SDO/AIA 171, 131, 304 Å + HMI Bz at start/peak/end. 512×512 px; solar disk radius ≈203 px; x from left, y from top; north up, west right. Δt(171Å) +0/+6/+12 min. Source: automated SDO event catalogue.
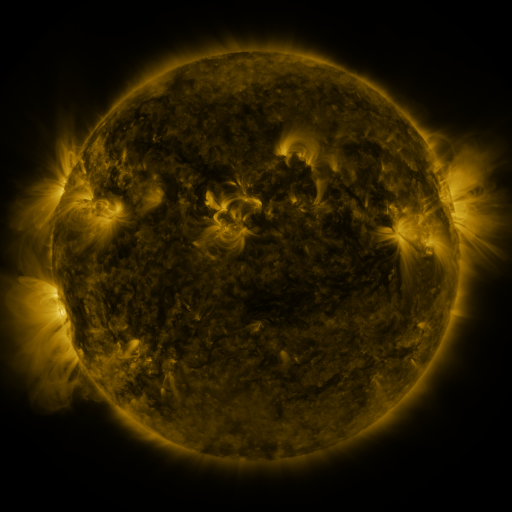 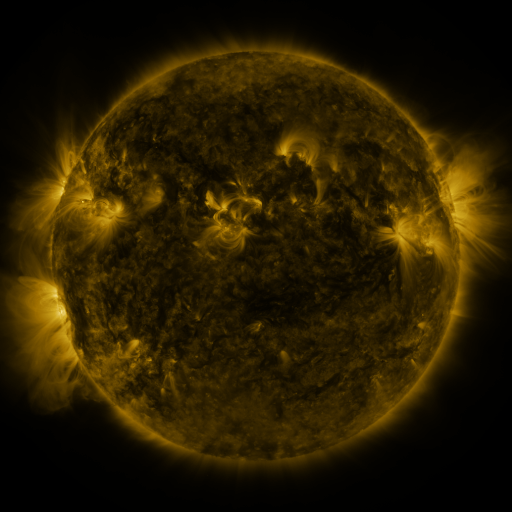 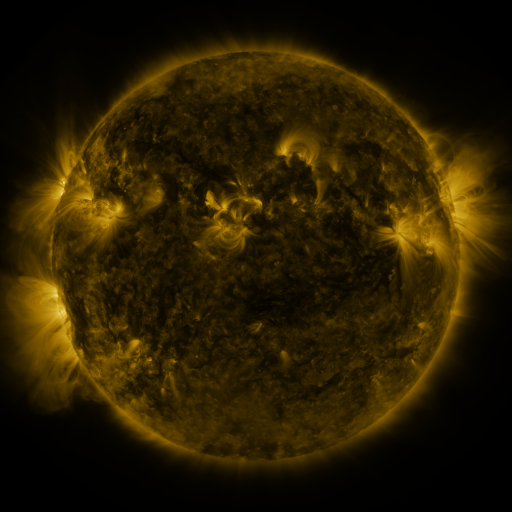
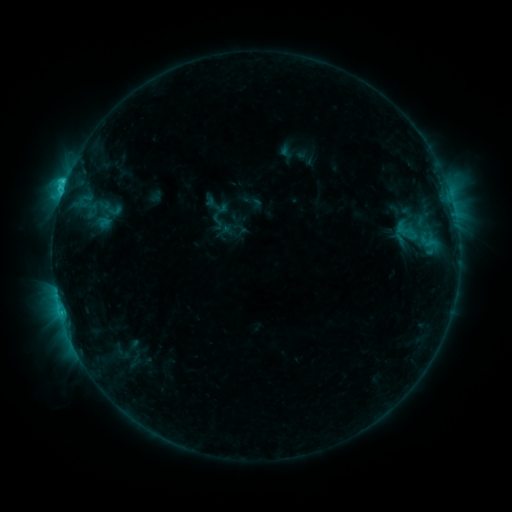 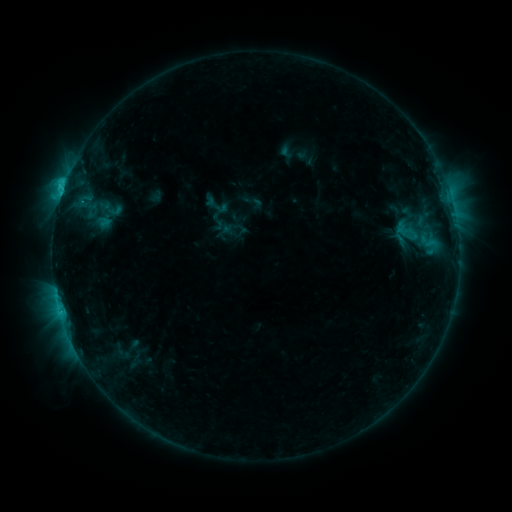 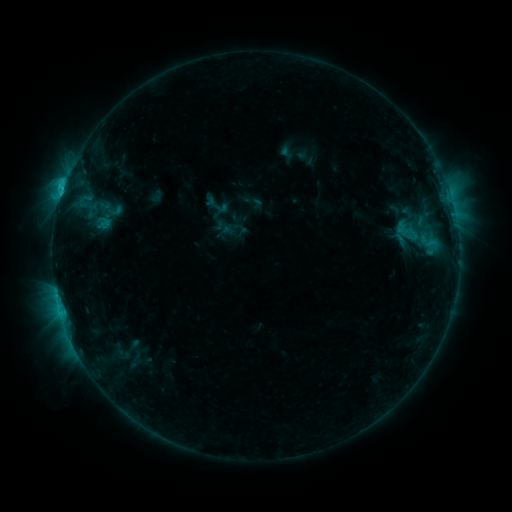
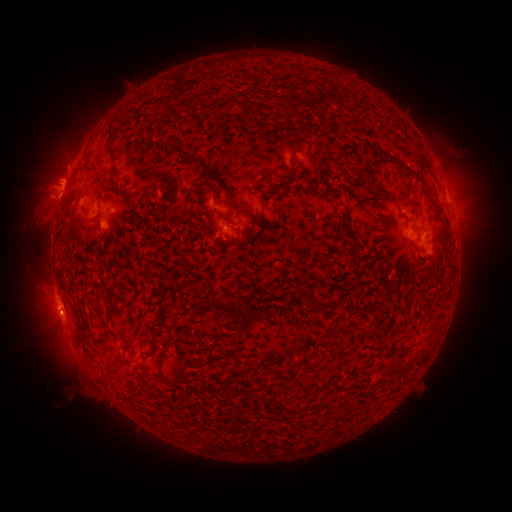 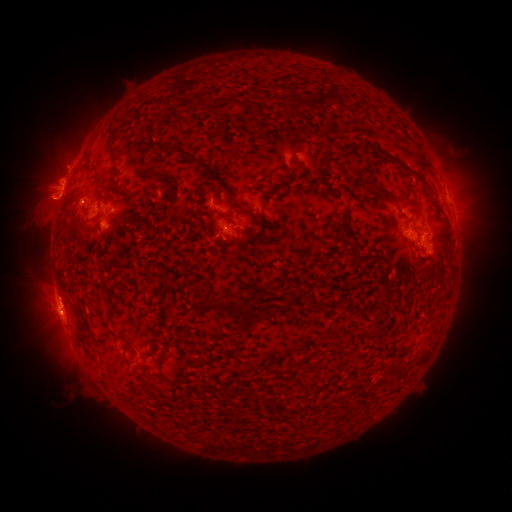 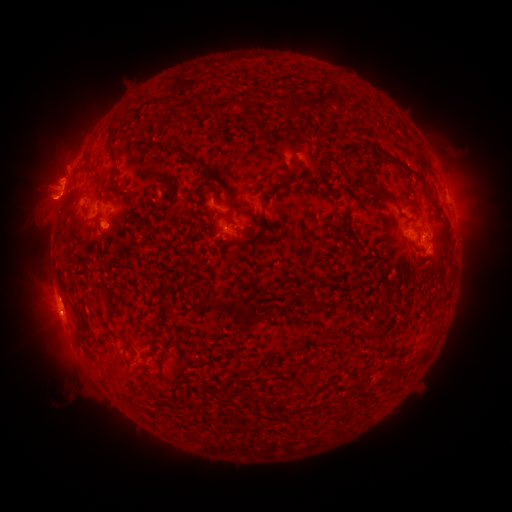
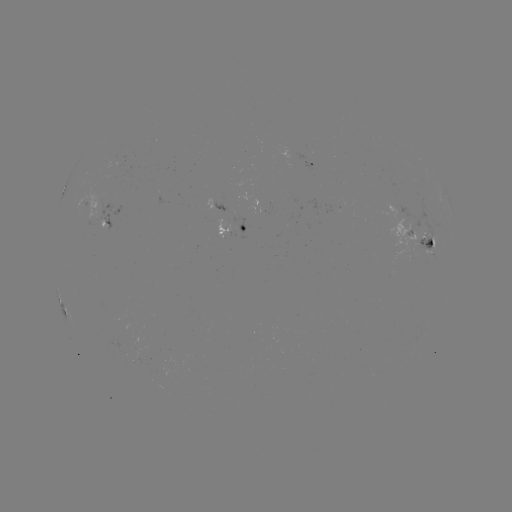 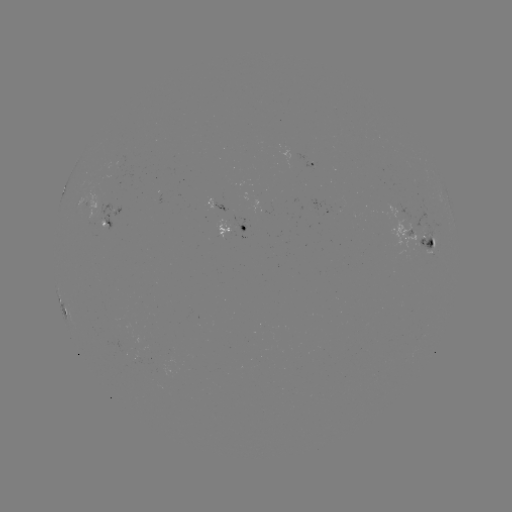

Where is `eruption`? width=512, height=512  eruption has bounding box [24, 183, 80, 228].